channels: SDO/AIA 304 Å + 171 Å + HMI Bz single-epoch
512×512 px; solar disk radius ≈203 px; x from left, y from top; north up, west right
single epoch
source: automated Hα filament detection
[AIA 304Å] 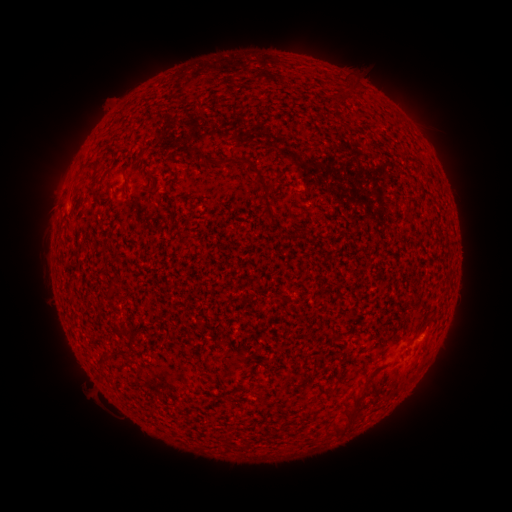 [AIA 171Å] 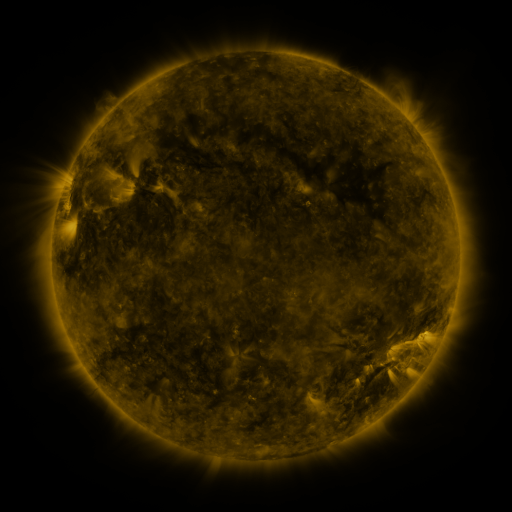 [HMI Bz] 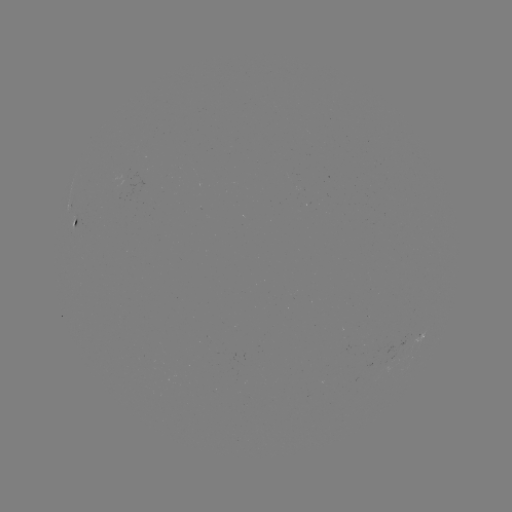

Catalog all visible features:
filament: <bbox>210, 157, 234, 168</bbox>
filament: <bbox>241, 157, 249, 167</bbox>
filament: <bbox>84, 160, 100, 175</bbox>
filament: <bbox>73, 173, 82, 184</bbox>
filament: <bbox>123, 175, 129, 188</bbox>
filament: <bbox>255, 175, 271, 195</bbox>
filament: <bbox>264, 208, 275, 221</bbox>
filament: <bbox>98, 351, 113, 363</bbox>
filament: <bbox>333, 380, 371, 435</bbox>
